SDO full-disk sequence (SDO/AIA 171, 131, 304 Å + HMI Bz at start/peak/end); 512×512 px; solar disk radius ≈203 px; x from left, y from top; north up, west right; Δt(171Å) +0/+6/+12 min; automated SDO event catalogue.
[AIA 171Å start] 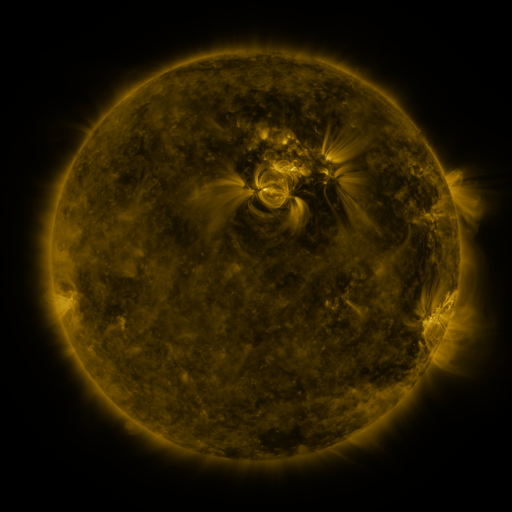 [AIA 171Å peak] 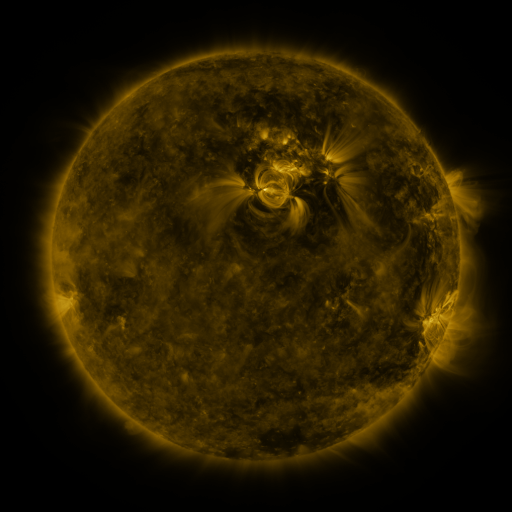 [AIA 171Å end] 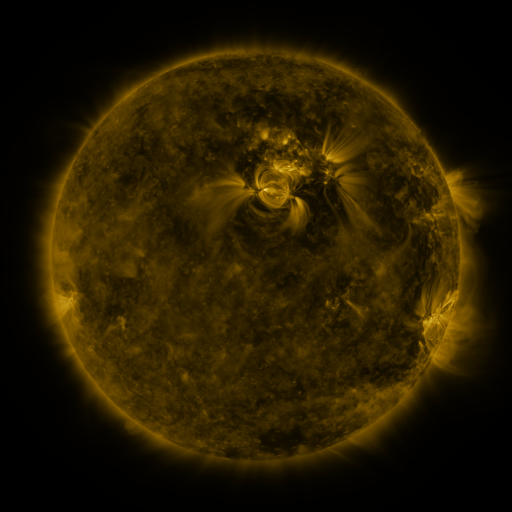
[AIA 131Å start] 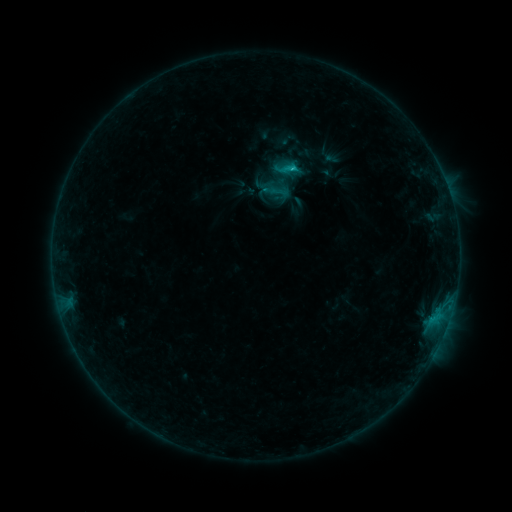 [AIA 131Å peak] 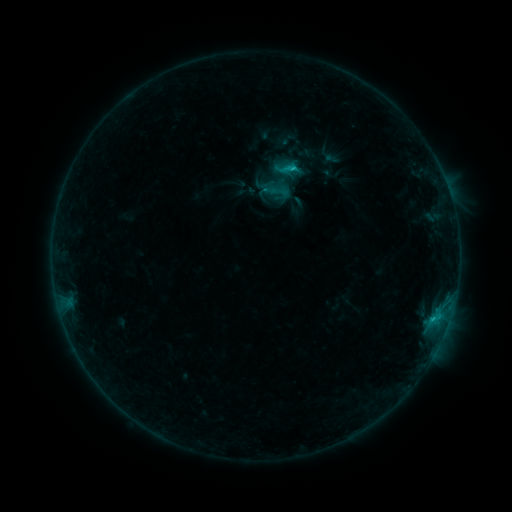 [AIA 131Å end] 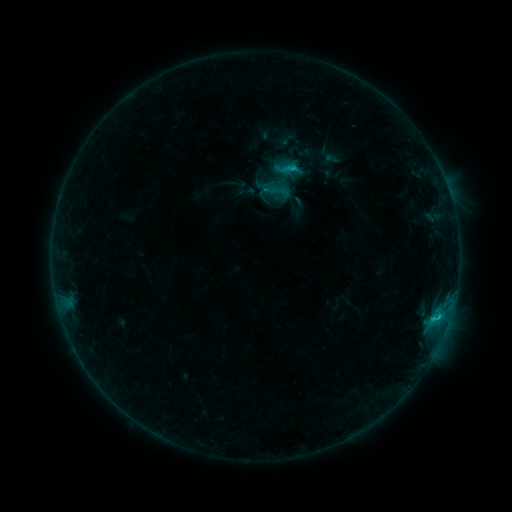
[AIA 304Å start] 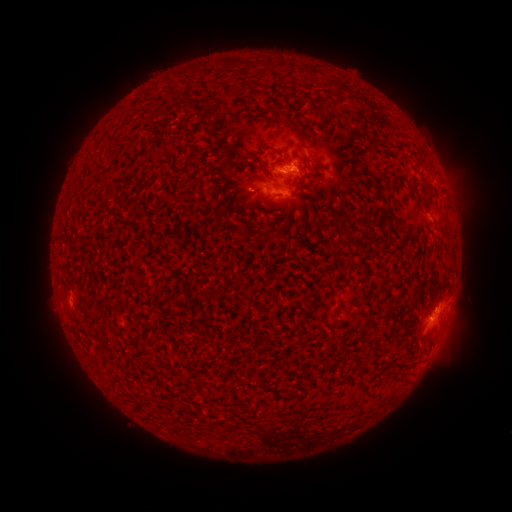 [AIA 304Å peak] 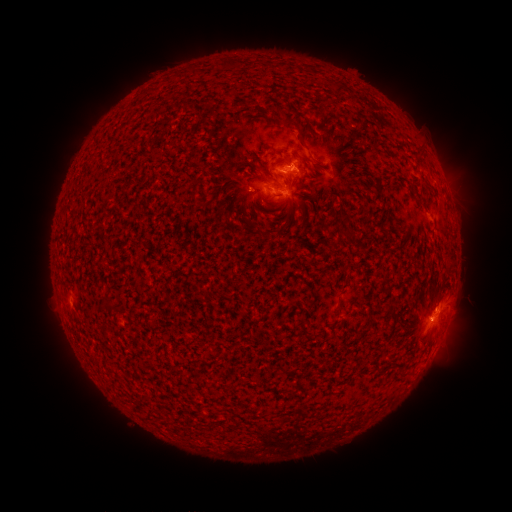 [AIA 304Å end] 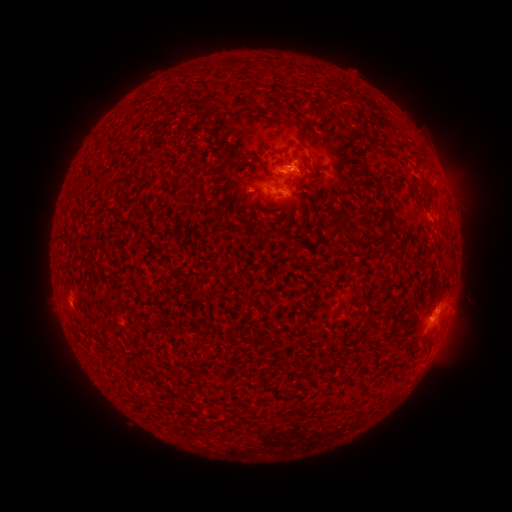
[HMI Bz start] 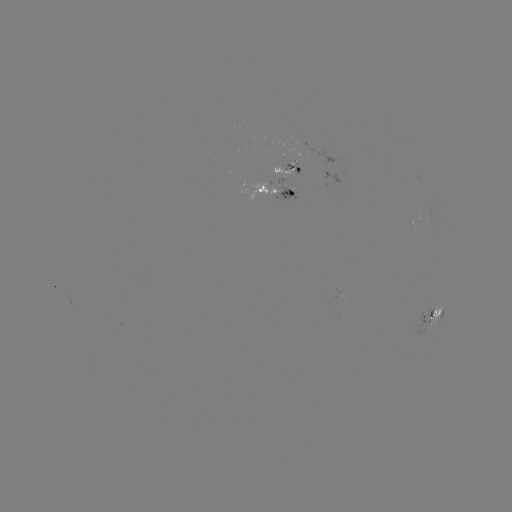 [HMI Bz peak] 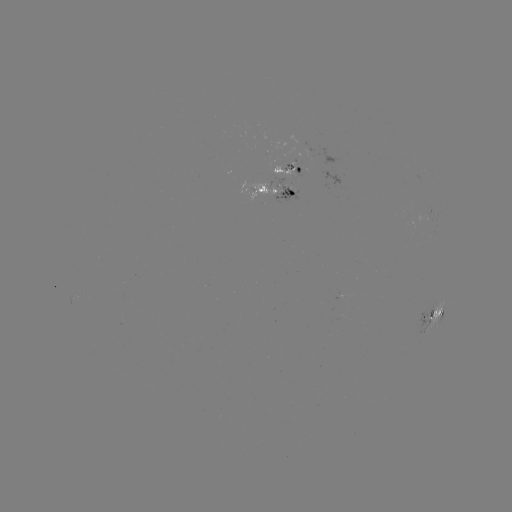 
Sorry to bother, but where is C1.9 flare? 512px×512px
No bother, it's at [225, 173].